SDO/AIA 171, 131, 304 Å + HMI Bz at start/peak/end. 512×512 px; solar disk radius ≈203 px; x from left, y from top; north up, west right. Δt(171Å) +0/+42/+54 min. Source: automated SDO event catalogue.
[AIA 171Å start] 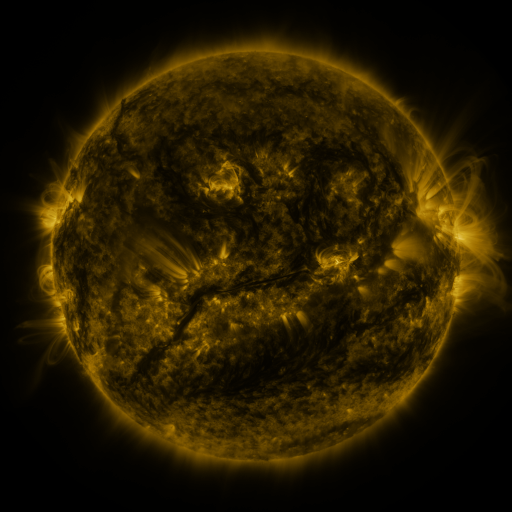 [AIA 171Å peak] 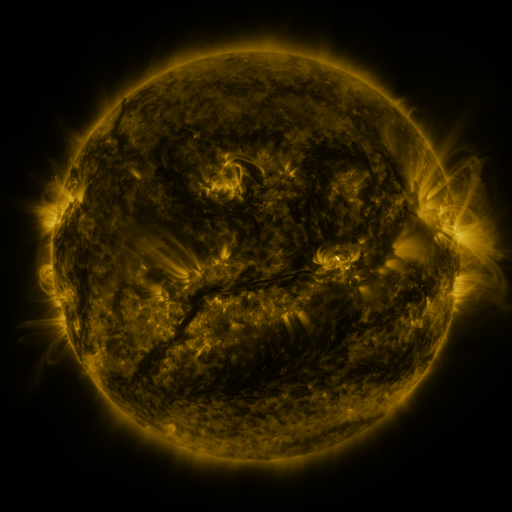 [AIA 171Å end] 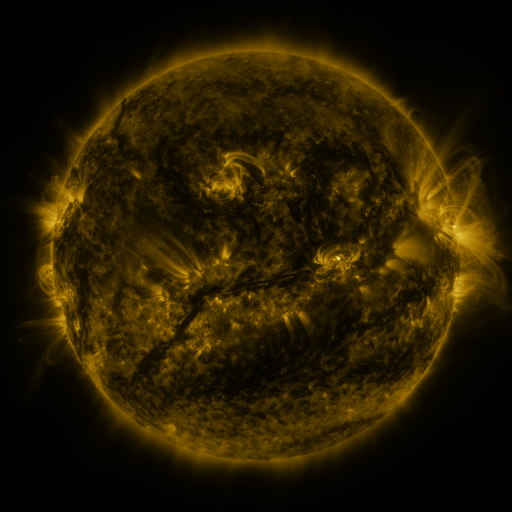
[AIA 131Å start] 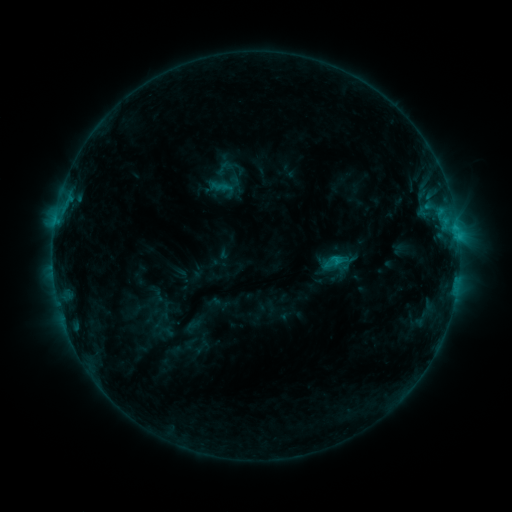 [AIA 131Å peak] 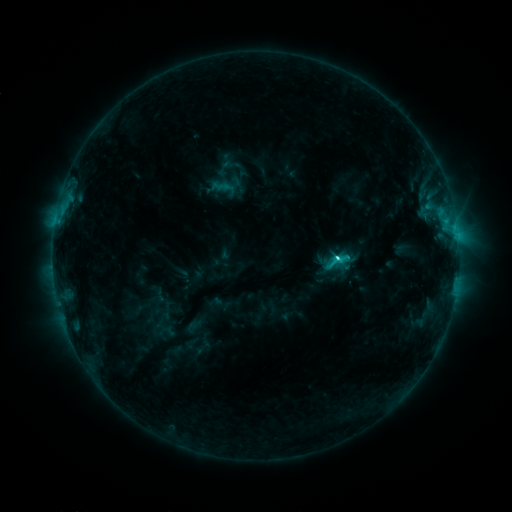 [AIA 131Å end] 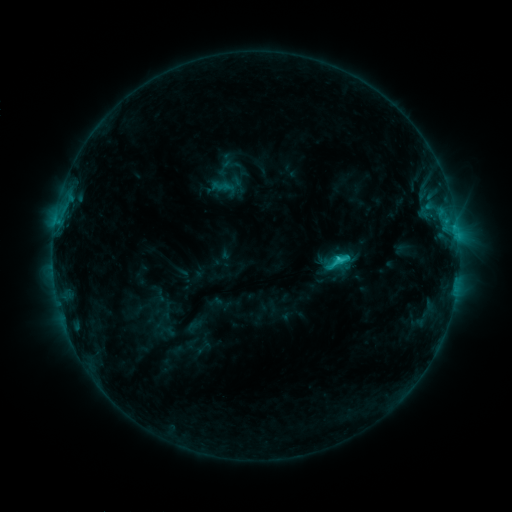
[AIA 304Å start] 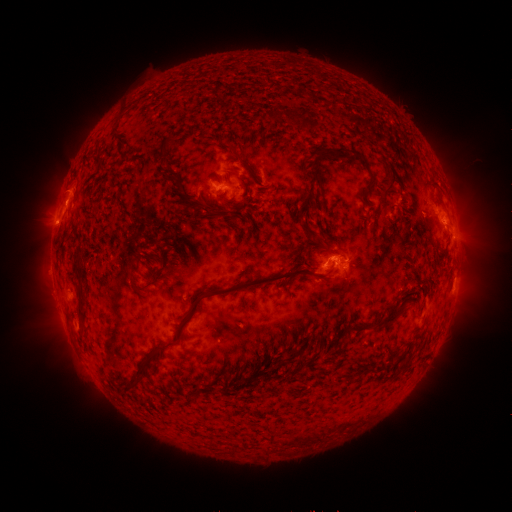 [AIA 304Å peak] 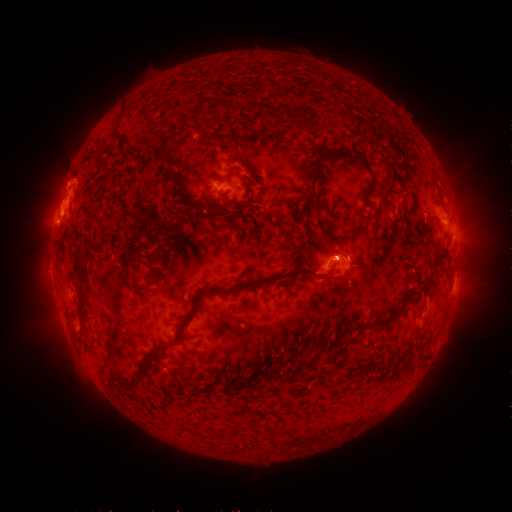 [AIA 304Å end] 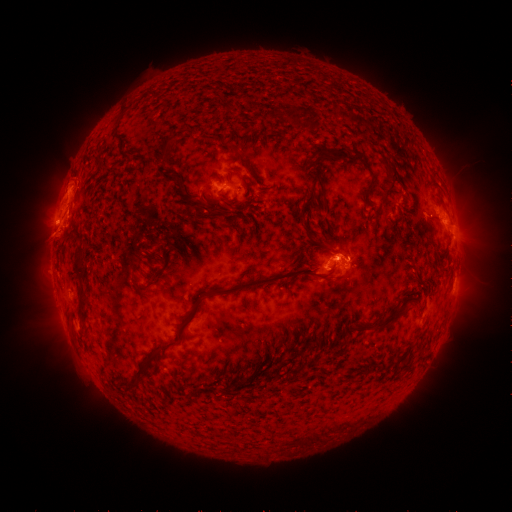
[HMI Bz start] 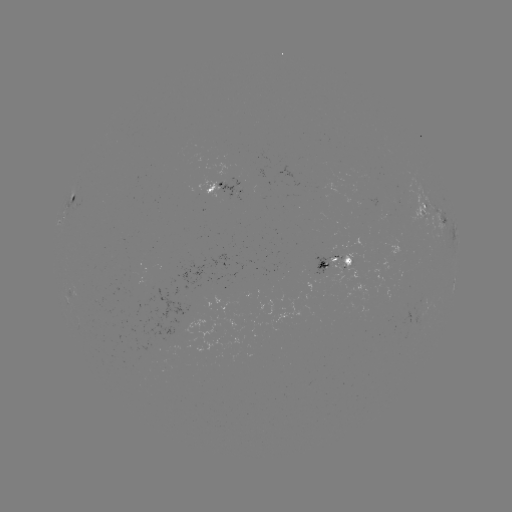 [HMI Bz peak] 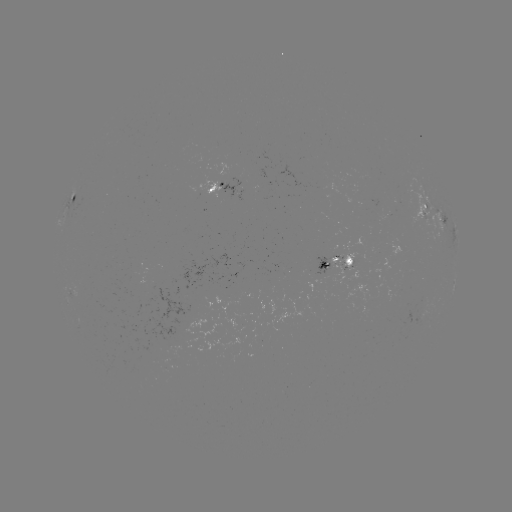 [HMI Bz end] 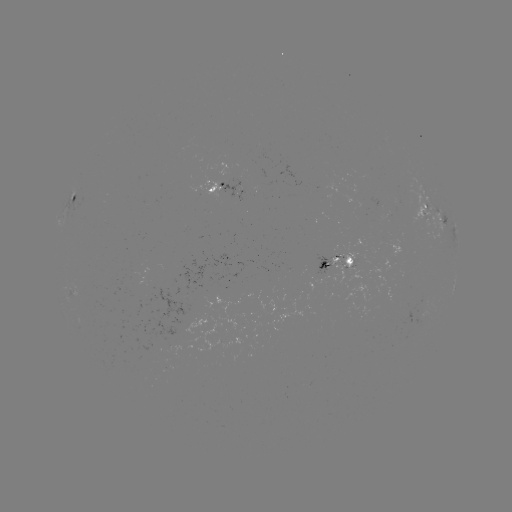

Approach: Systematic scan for C3.1 flare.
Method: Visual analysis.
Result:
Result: C3.1 flare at (335, 256).